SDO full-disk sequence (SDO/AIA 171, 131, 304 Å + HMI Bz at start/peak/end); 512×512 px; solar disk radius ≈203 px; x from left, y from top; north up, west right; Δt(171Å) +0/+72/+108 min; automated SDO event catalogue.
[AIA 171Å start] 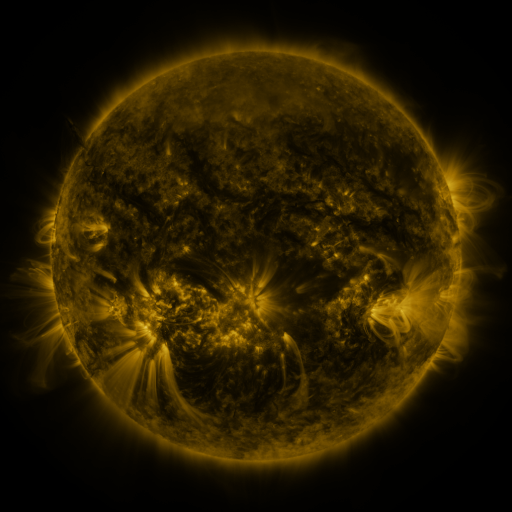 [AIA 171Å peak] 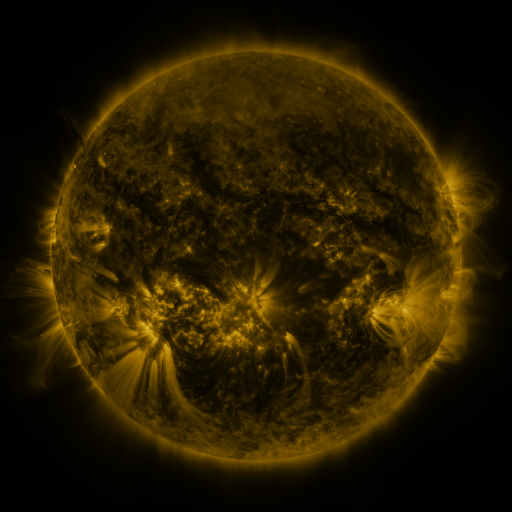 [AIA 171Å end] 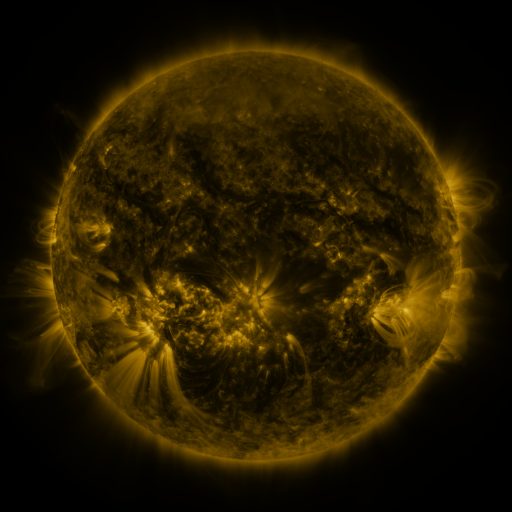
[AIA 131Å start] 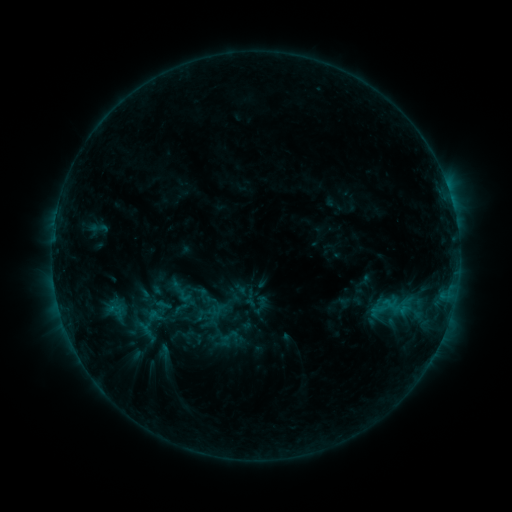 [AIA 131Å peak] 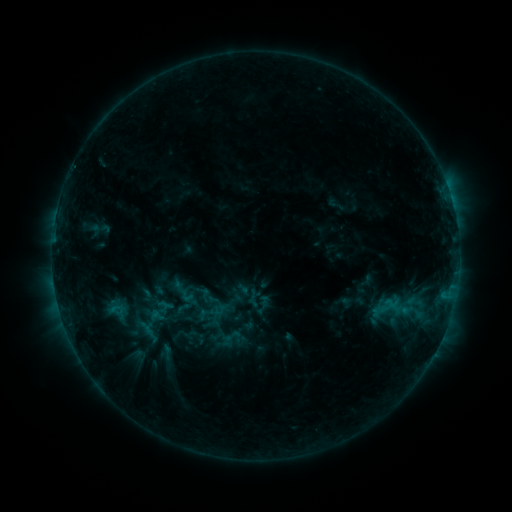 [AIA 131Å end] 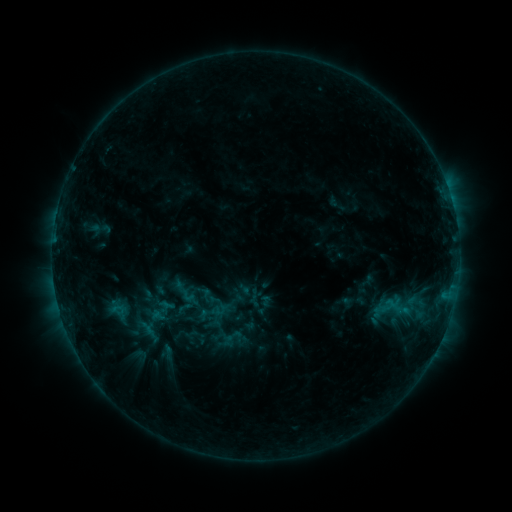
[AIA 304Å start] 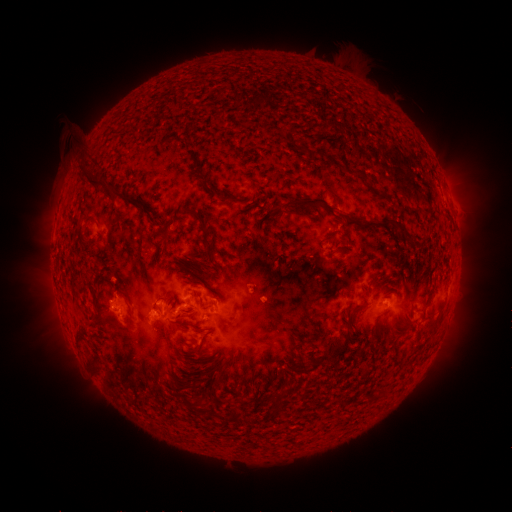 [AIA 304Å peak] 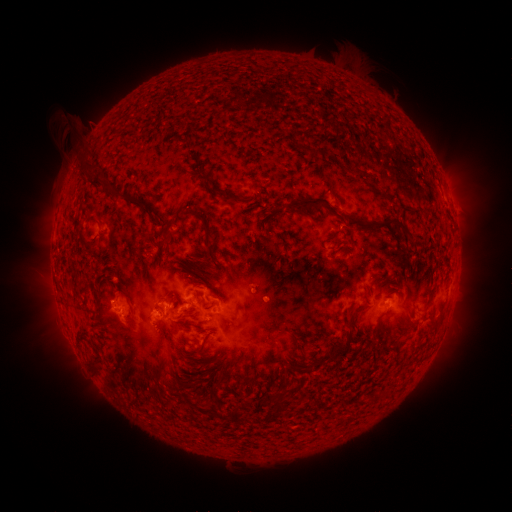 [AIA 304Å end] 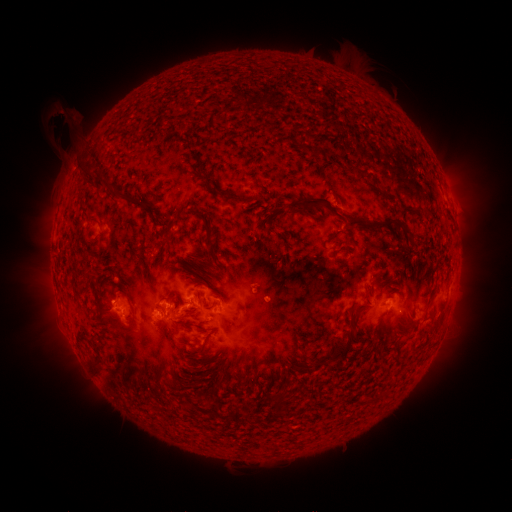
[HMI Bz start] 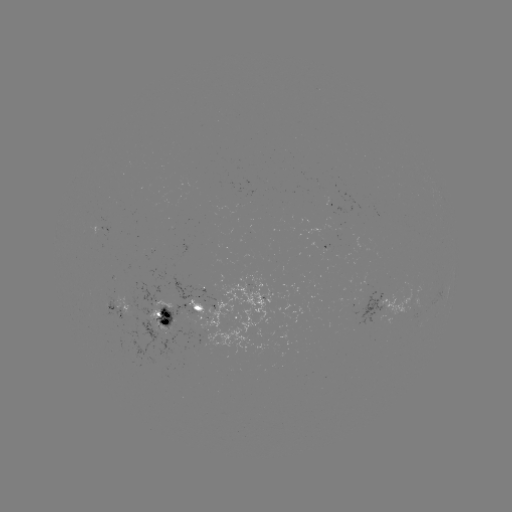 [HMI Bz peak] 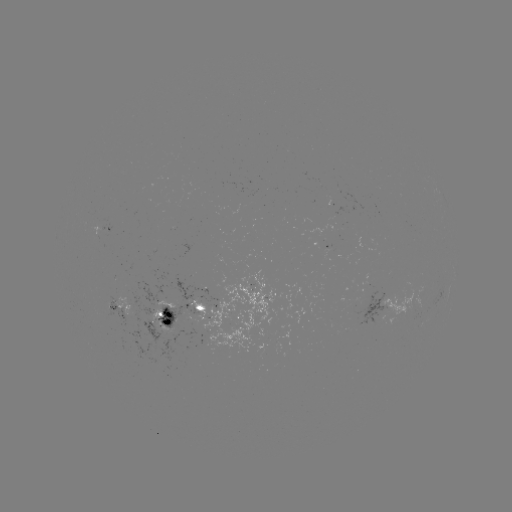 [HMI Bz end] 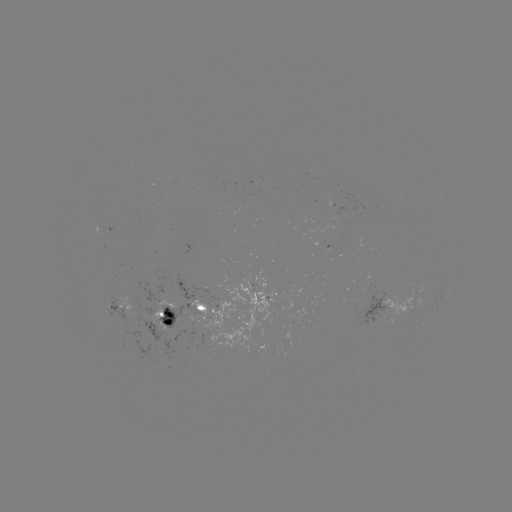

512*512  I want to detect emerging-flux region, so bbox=[322, 249, 335, 259].